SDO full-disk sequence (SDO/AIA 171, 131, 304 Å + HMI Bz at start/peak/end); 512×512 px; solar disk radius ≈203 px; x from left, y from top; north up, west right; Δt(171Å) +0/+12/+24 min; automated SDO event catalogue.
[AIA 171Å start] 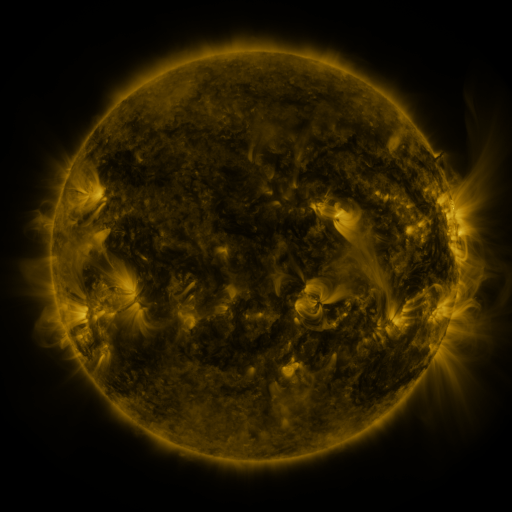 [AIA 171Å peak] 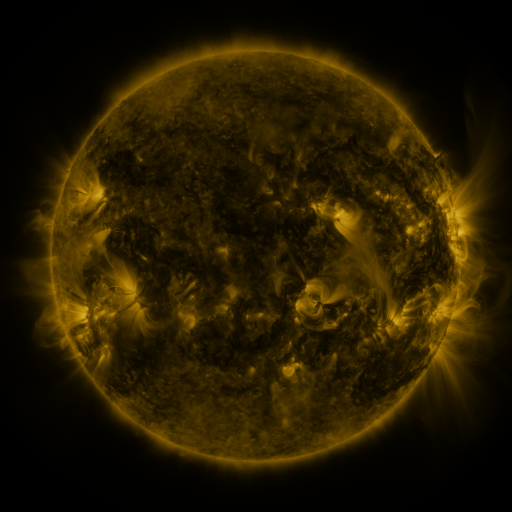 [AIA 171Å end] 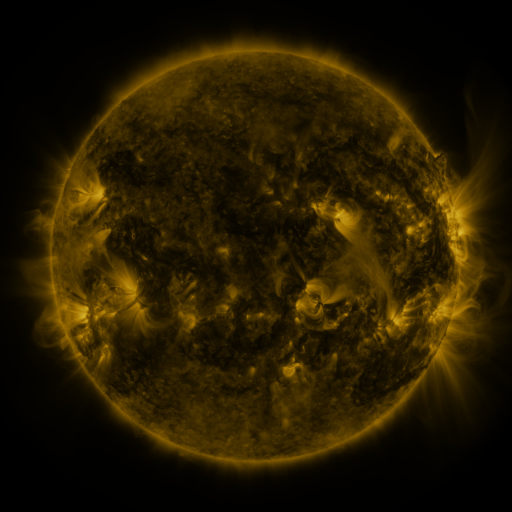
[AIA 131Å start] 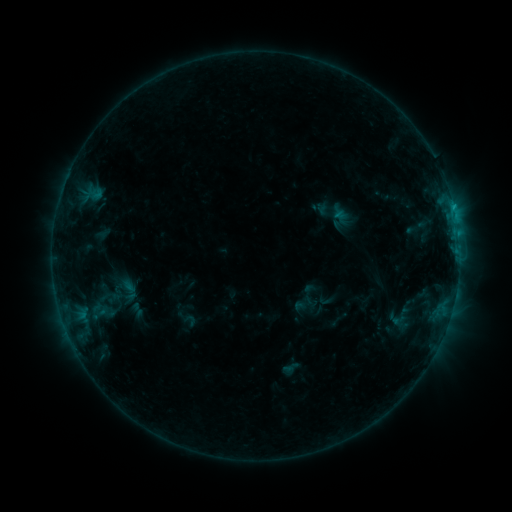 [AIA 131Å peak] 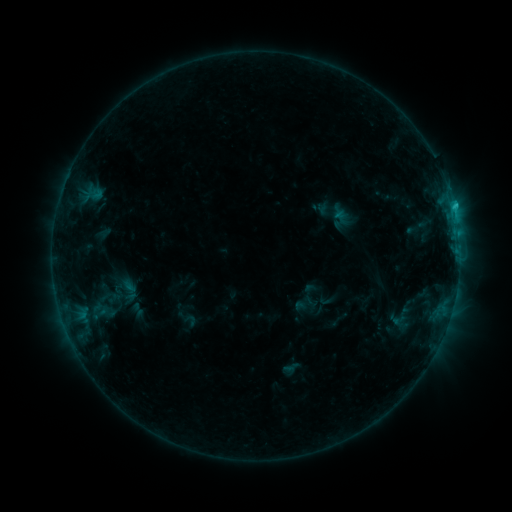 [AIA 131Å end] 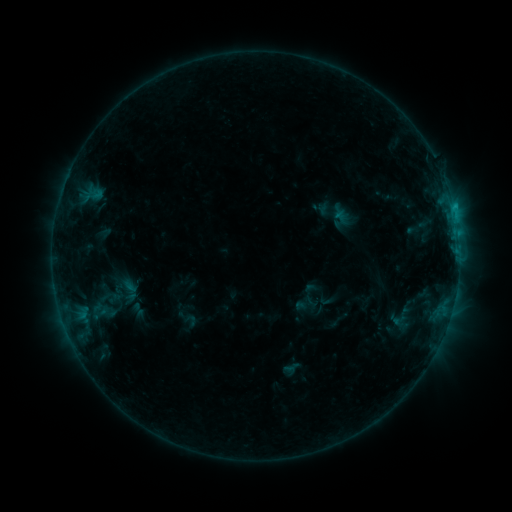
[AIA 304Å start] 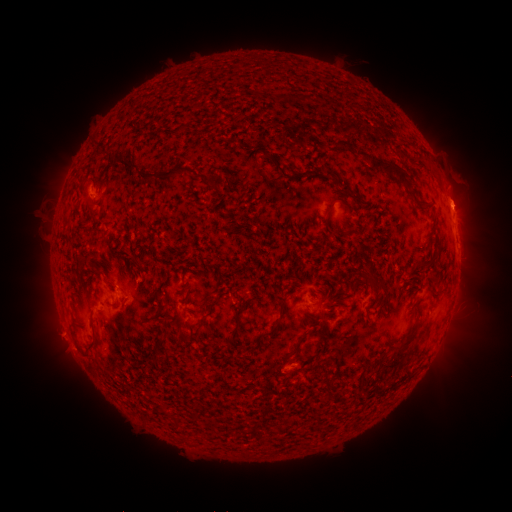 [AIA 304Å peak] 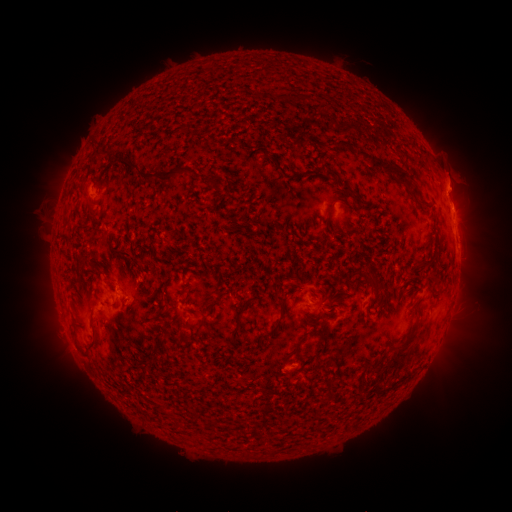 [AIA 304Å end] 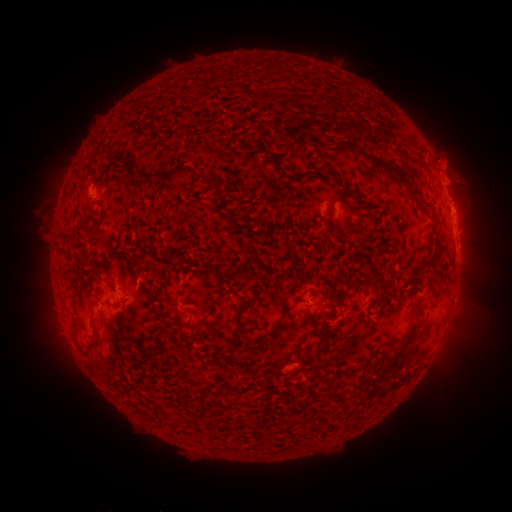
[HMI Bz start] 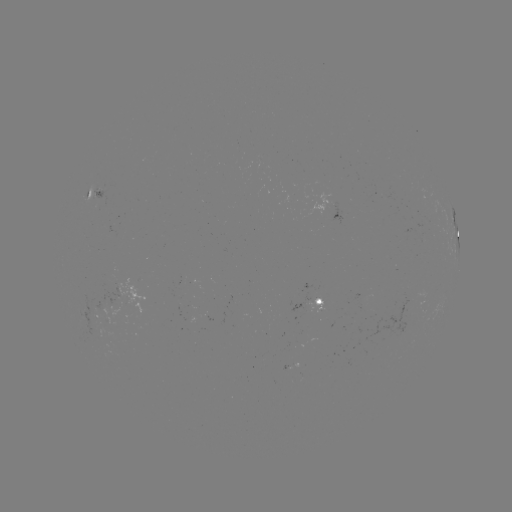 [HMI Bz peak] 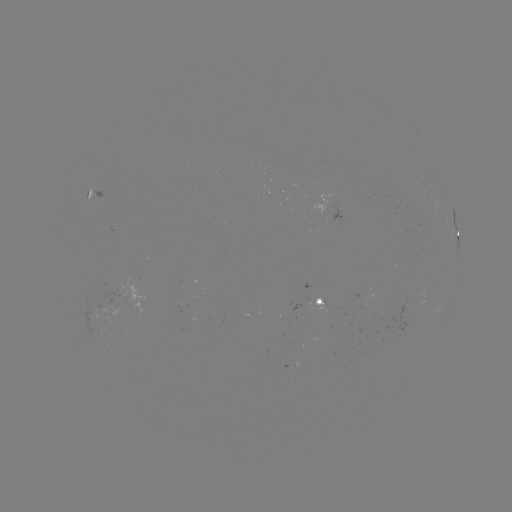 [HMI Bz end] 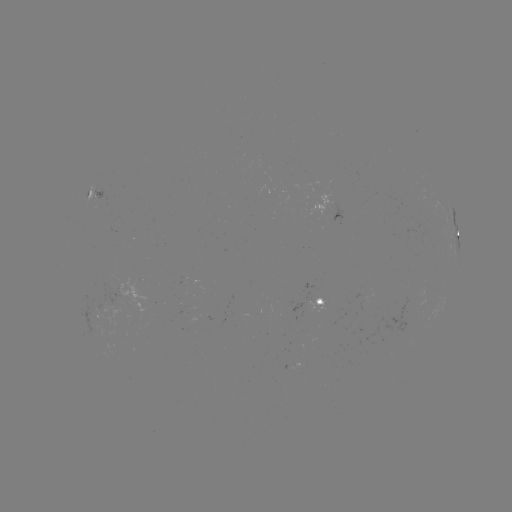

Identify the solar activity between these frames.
B7.1 flare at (453, 206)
